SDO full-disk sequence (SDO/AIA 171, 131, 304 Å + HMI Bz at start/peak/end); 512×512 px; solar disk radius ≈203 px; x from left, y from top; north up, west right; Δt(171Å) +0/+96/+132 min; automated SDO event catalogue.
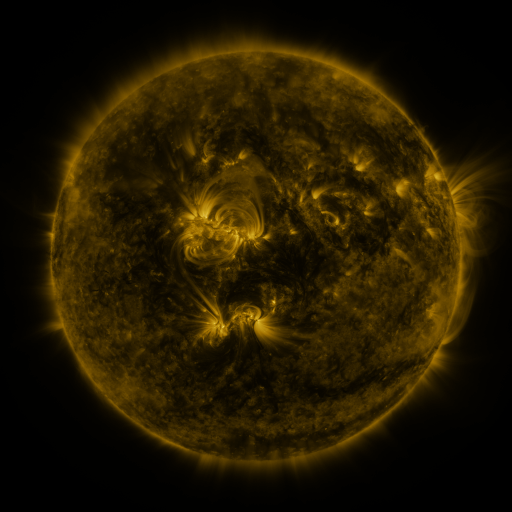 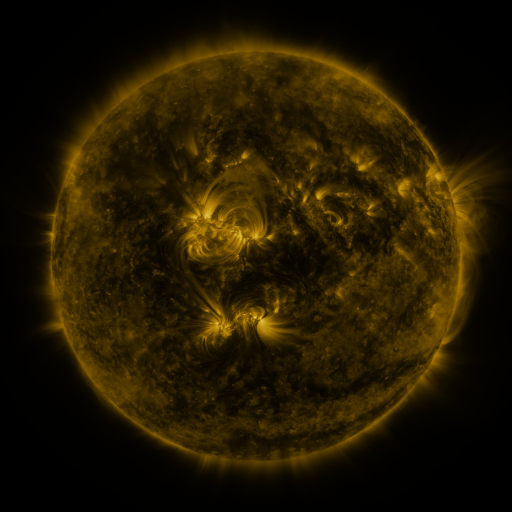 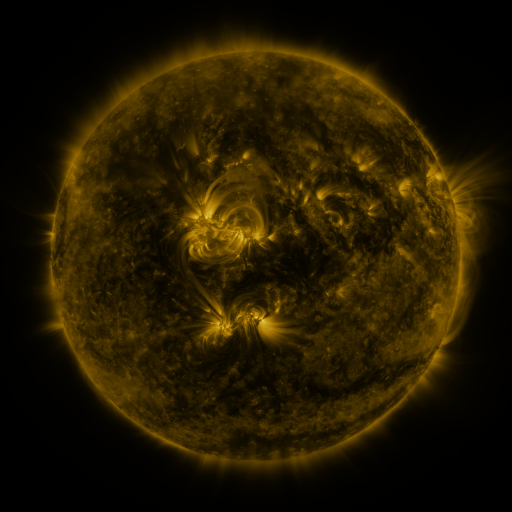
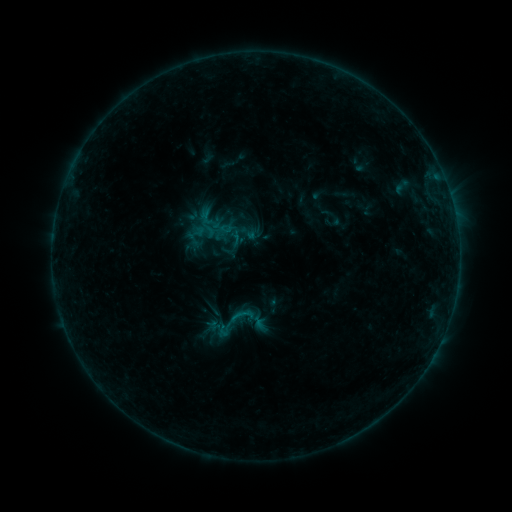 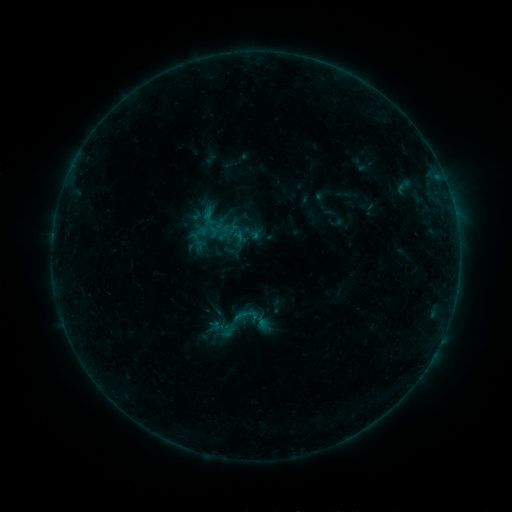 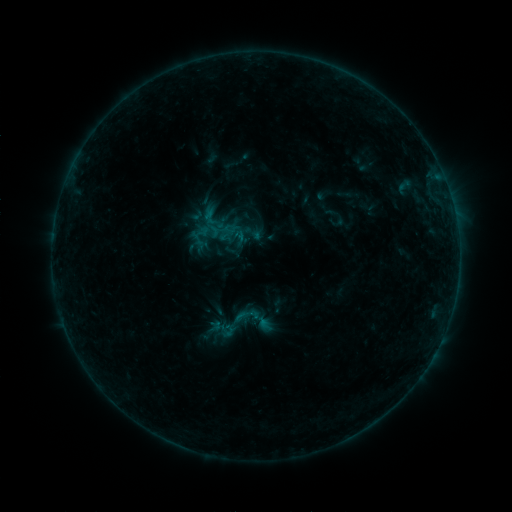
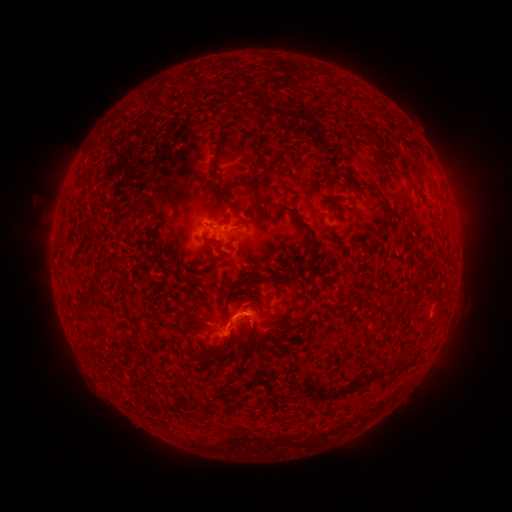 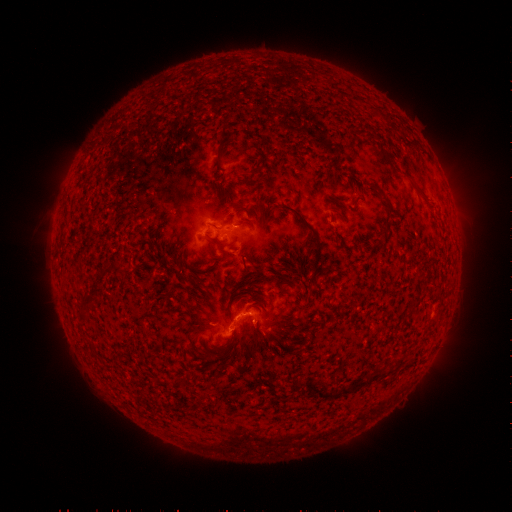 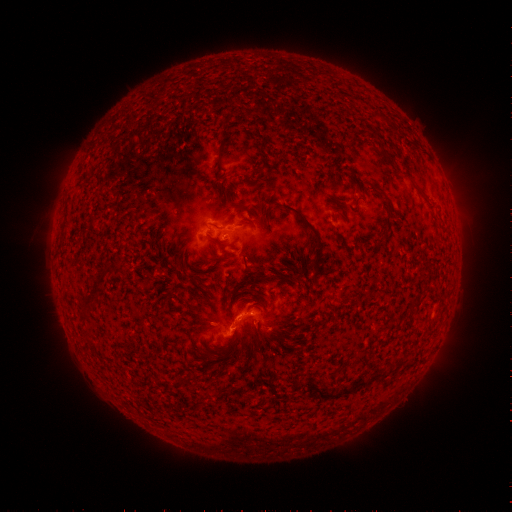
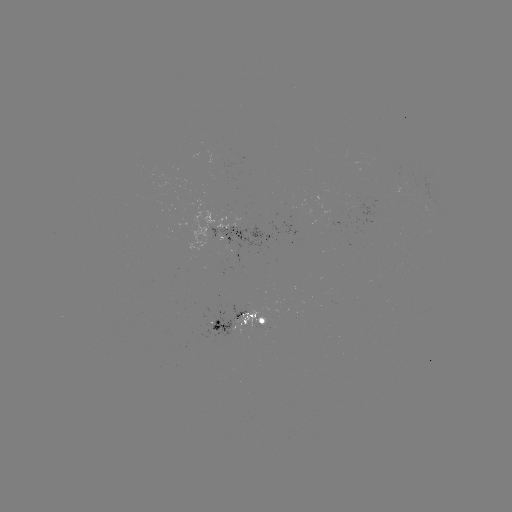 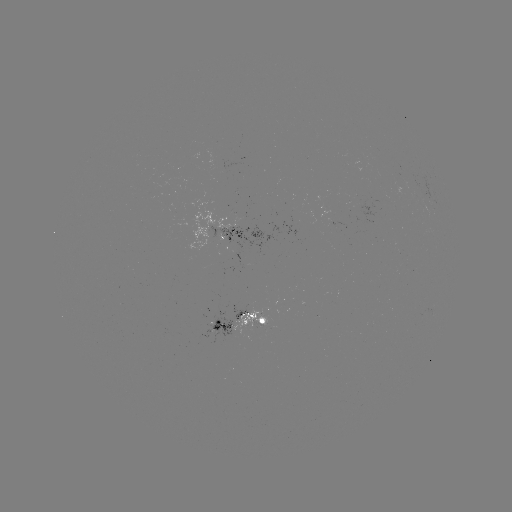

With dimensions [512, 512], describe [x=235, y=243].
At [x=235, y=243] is emerging-flux region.